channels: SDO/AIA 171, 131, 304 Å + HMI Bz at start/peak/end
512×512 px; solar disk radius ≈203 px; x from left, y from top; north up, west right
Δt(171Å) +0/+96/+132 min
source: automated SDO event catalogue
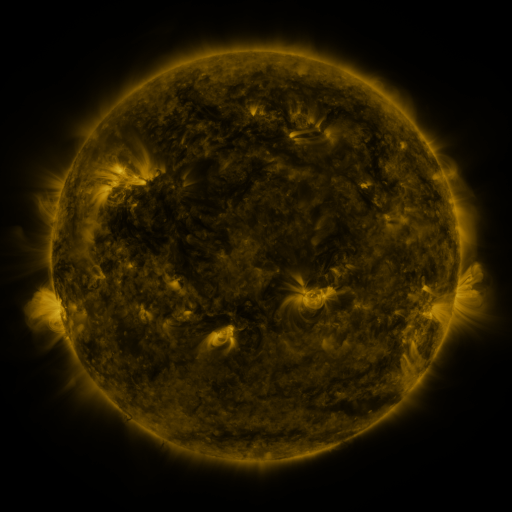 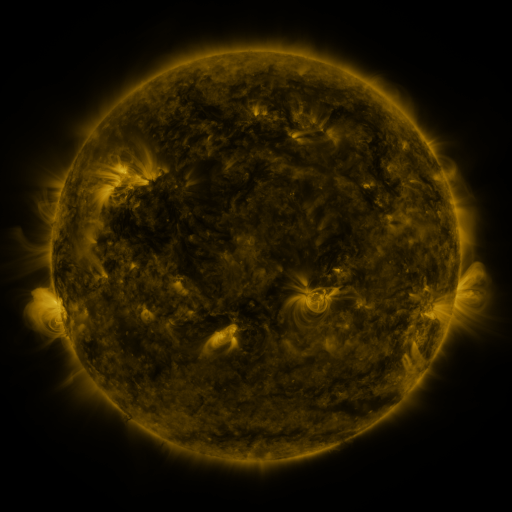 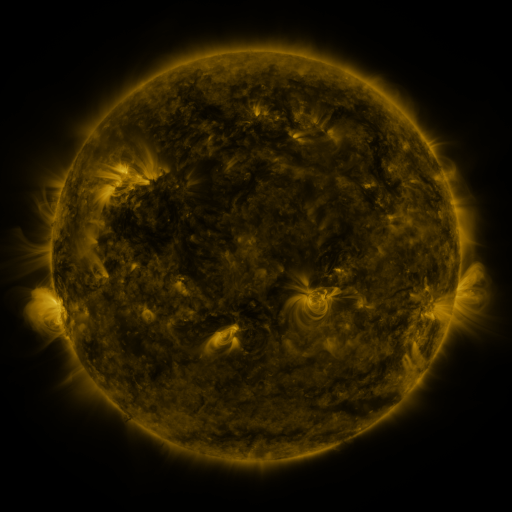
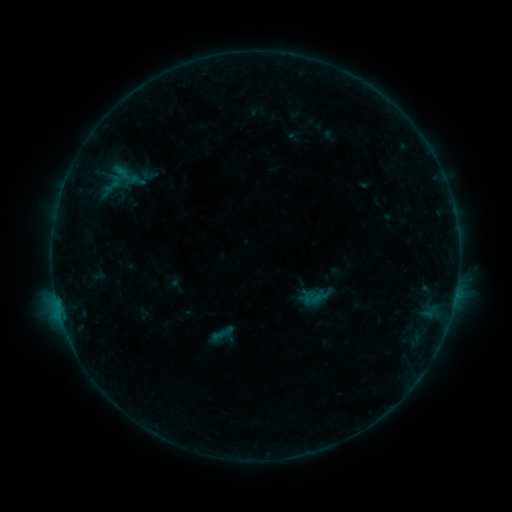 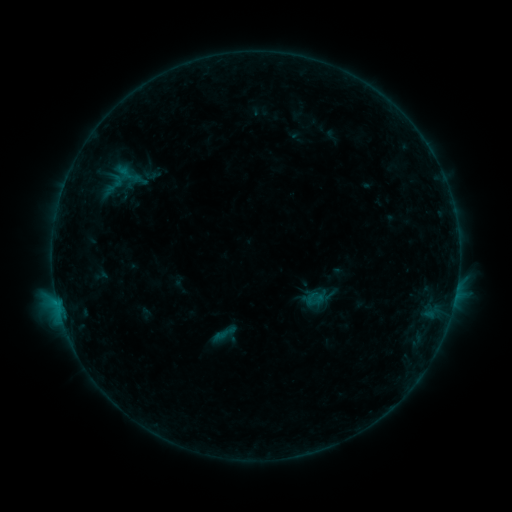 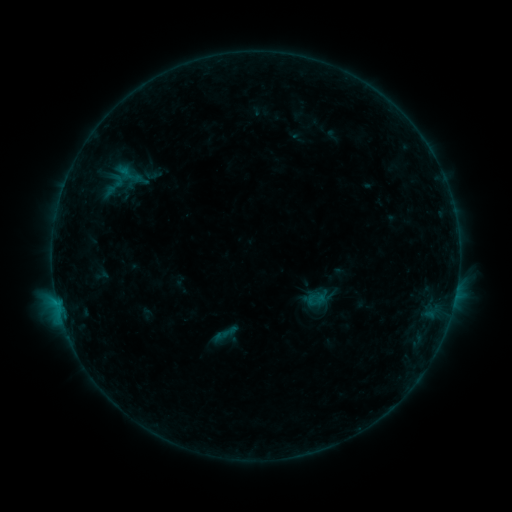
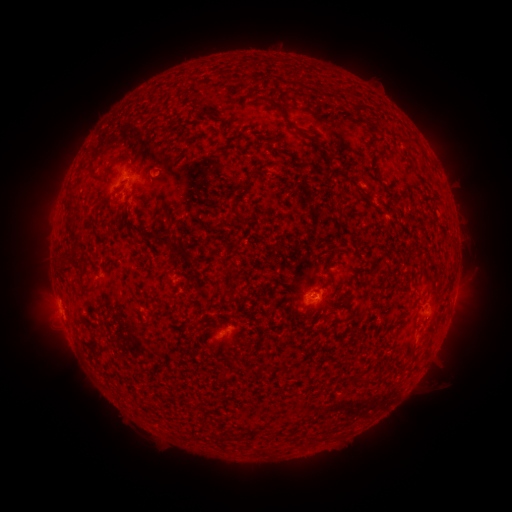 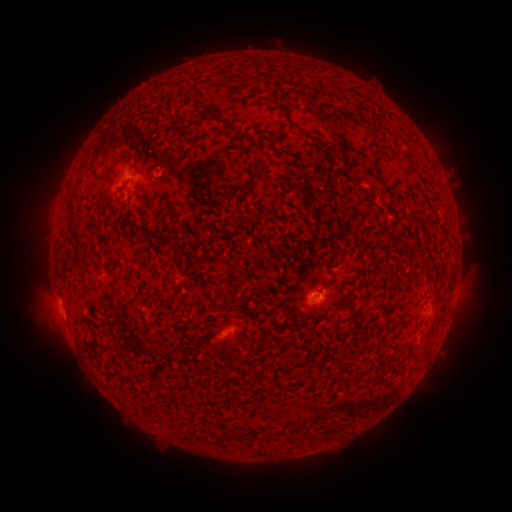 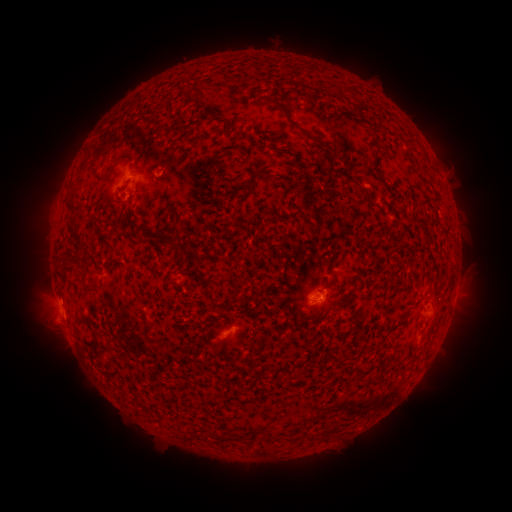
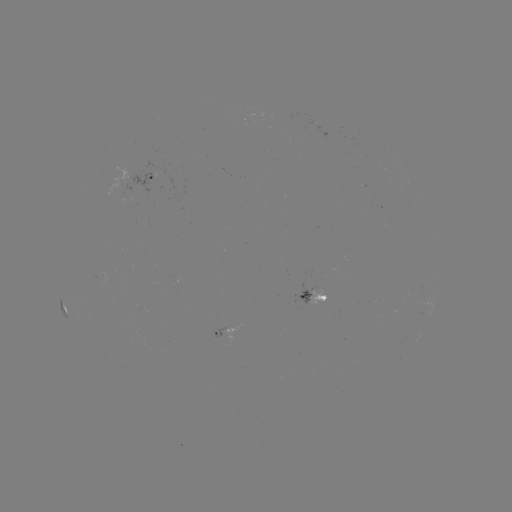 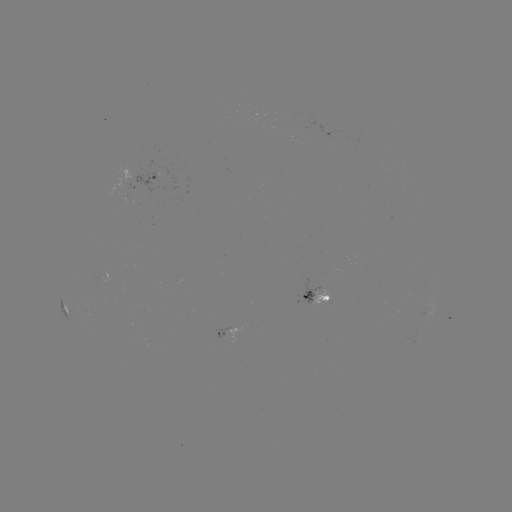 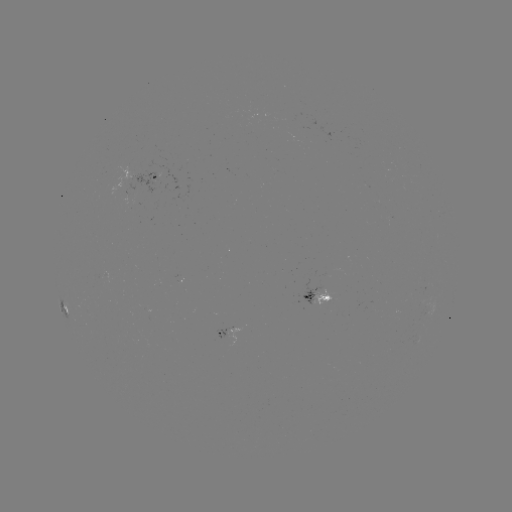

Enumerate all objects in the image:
emerging-flux region: (129, 194)
